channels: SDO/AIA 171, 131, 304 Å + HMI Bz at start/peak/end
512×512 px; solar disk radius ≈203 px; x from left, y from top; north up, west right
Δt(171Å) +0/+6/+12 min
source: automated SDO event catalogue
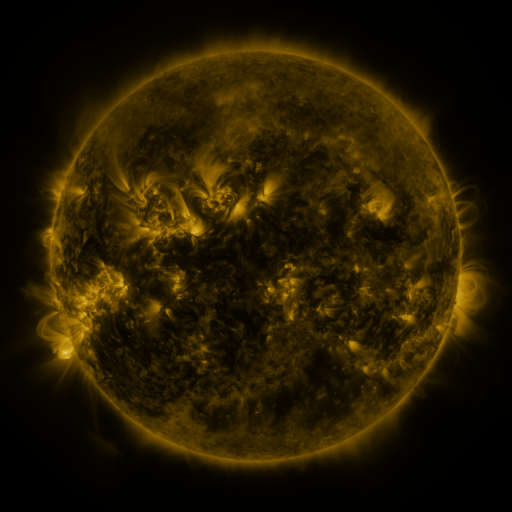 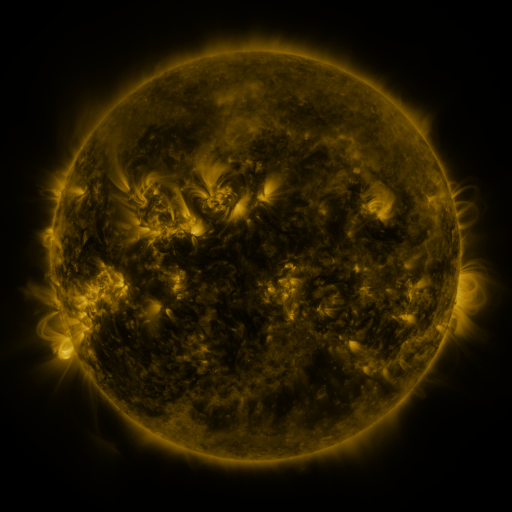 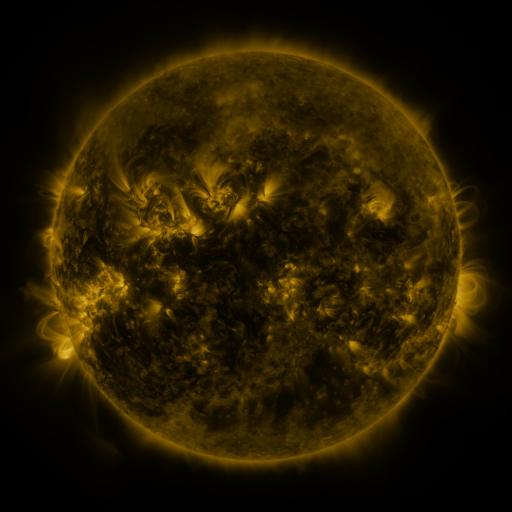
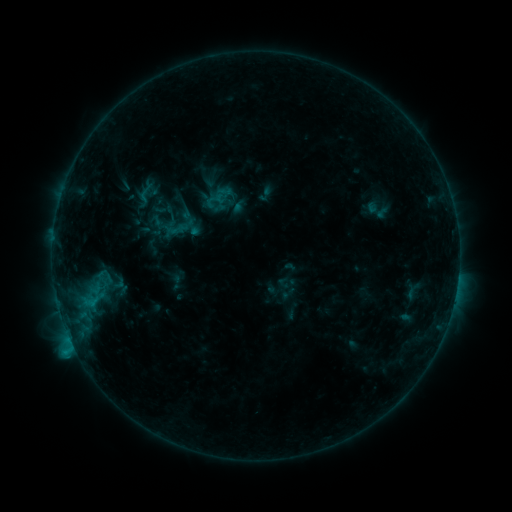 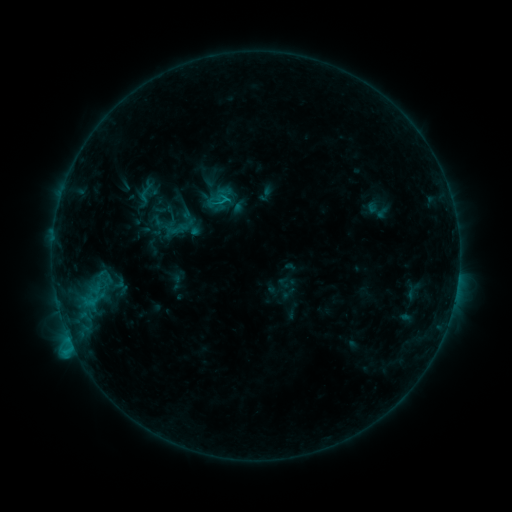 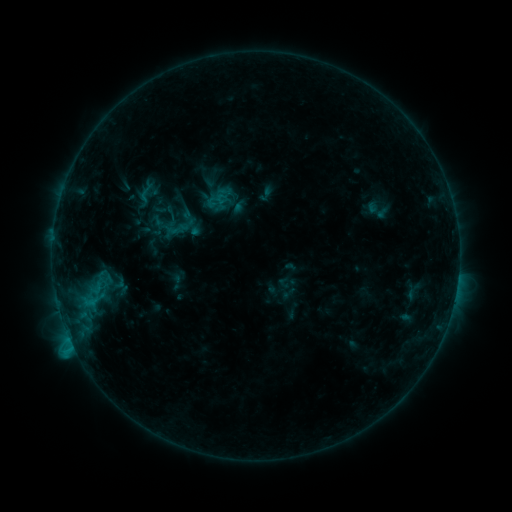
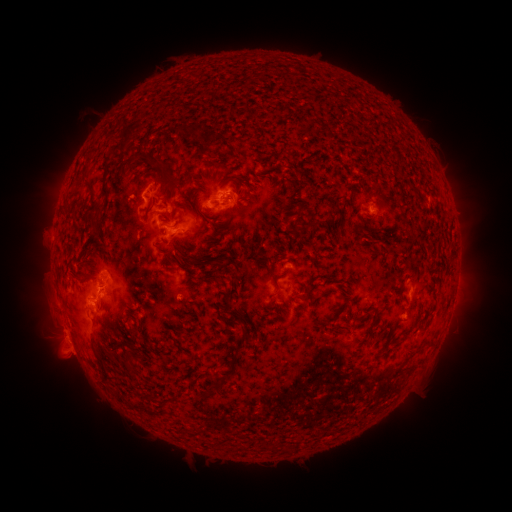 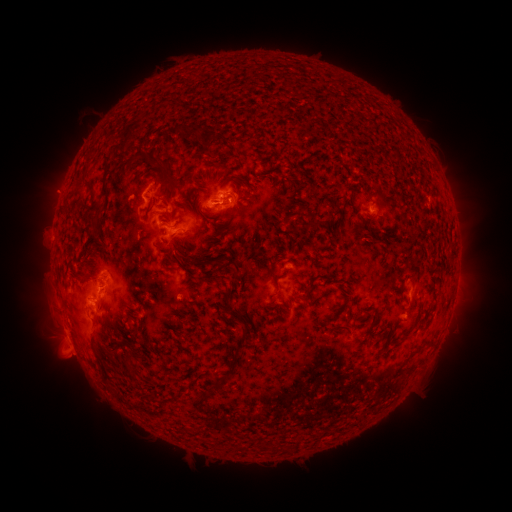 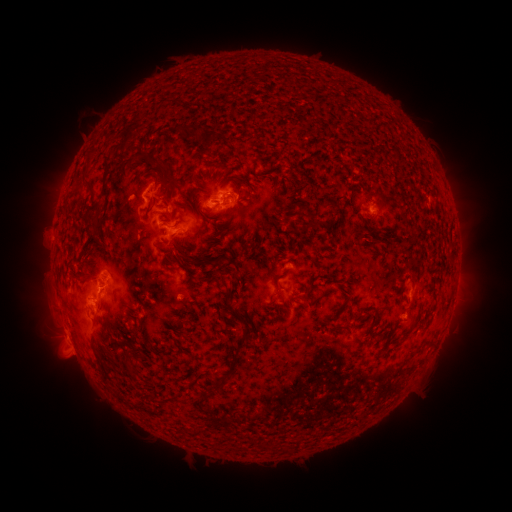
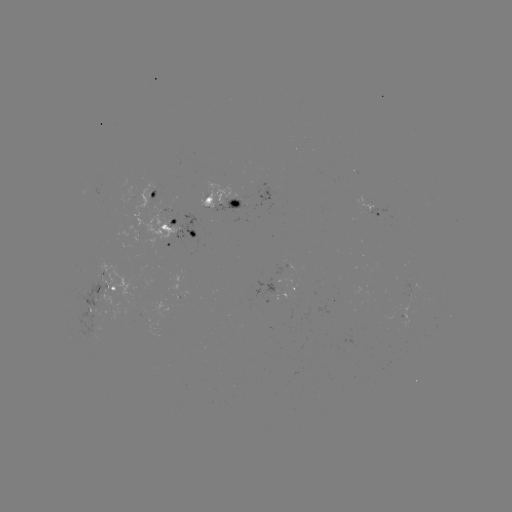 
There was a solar eruption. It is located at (56, 192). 